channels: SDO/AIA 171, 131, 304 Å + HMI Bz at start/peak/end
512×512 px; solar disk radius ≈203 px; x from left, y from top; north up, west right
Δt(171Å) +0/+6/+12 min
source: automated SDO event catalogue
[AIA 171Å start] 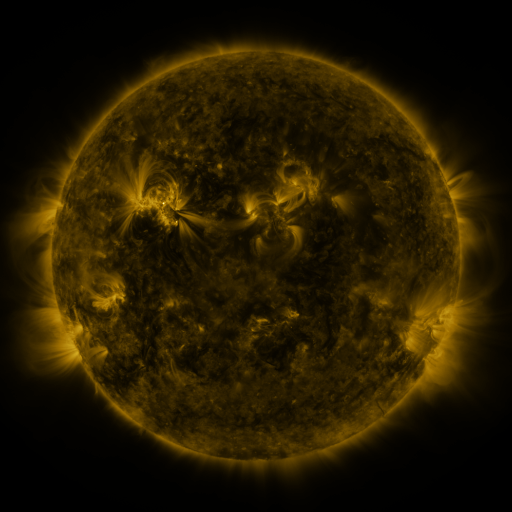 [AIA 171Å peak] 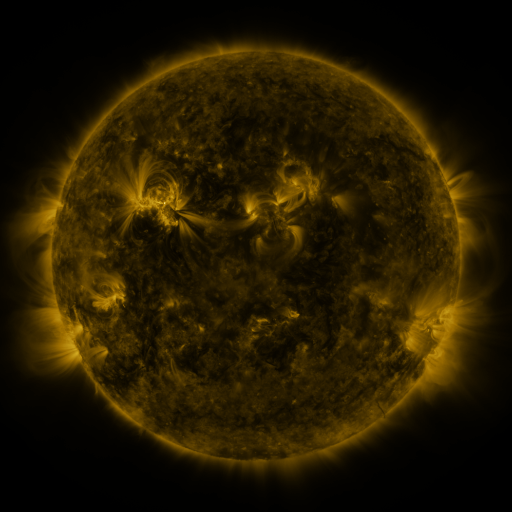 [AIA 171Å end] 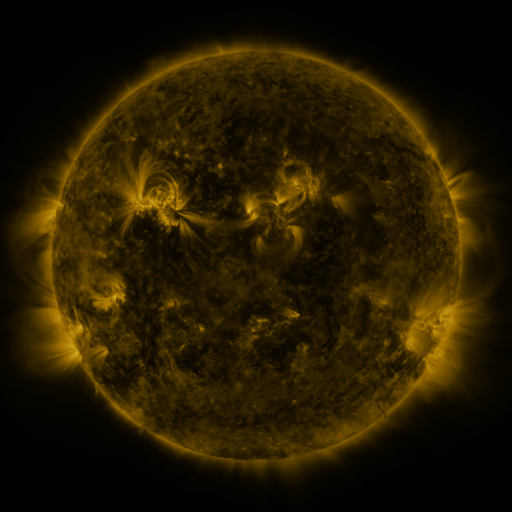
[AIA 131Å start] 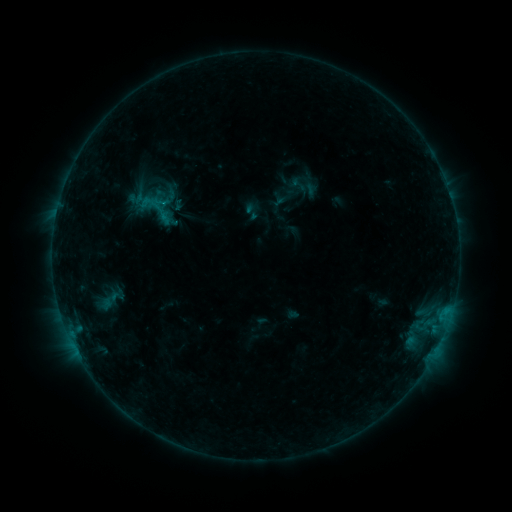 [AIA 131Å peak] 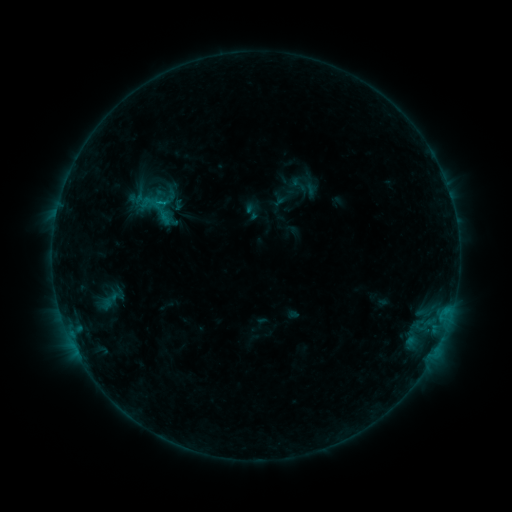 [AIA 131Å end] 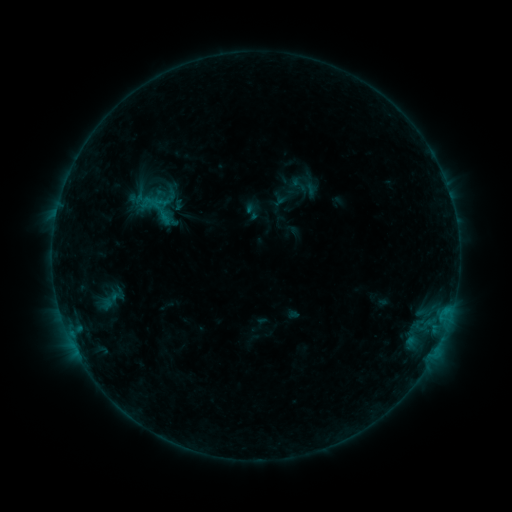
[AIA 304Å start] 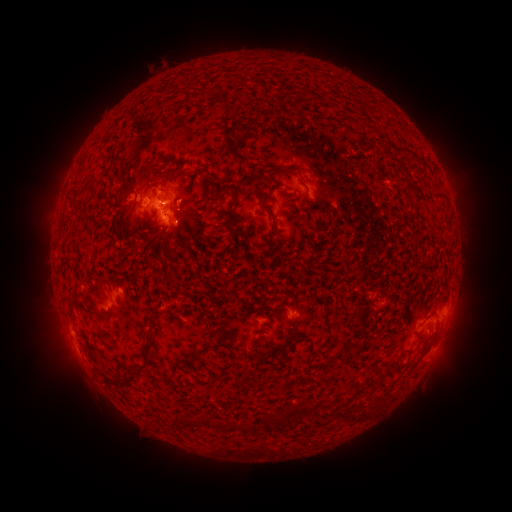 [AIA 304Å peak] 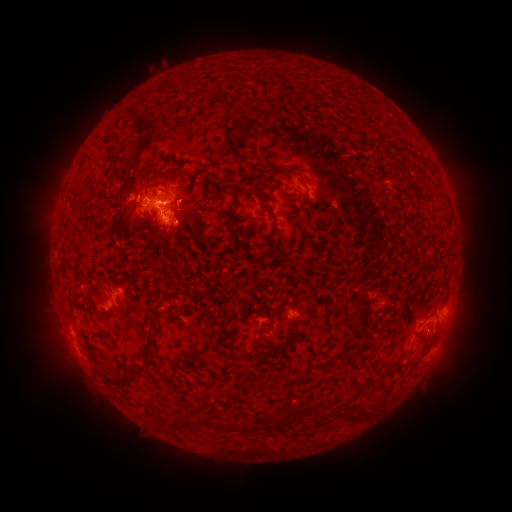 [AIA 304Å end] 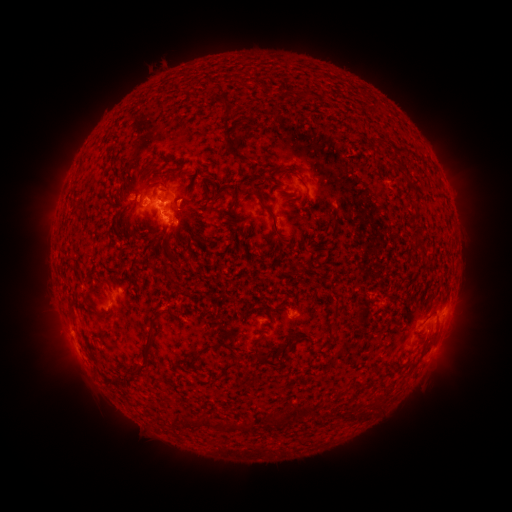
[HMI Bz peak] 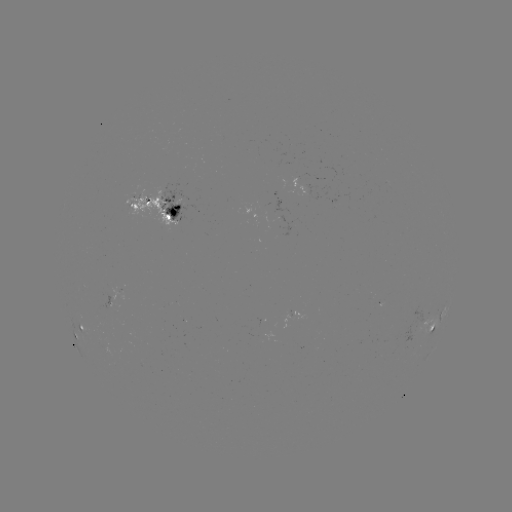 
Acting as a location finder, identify eruption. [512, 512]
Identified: [61, 340].